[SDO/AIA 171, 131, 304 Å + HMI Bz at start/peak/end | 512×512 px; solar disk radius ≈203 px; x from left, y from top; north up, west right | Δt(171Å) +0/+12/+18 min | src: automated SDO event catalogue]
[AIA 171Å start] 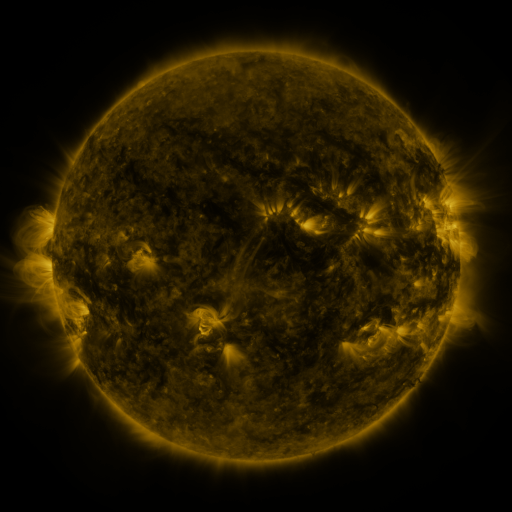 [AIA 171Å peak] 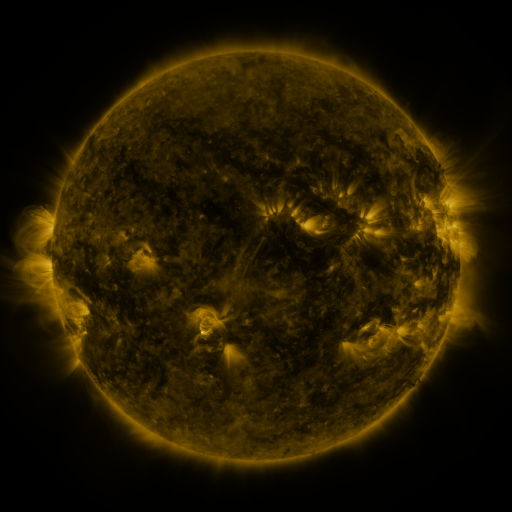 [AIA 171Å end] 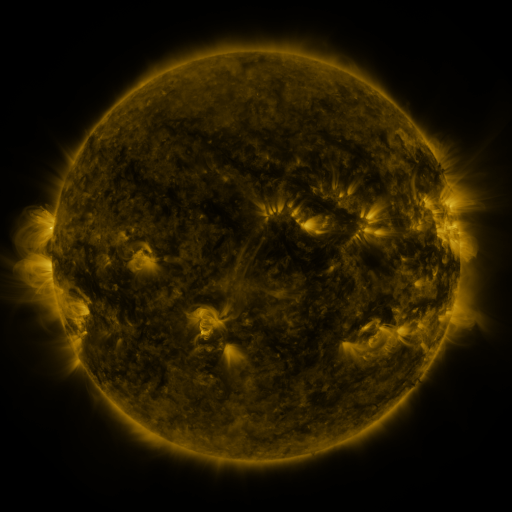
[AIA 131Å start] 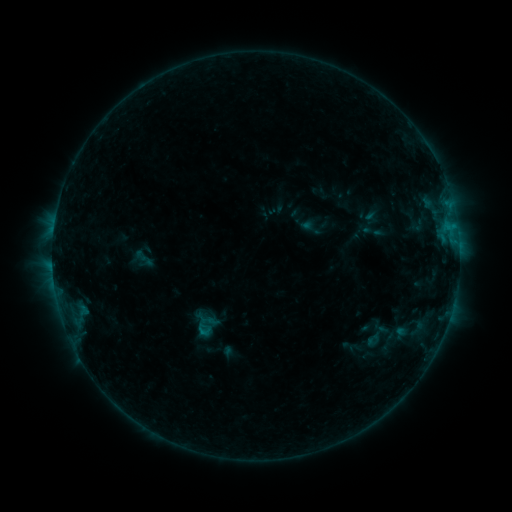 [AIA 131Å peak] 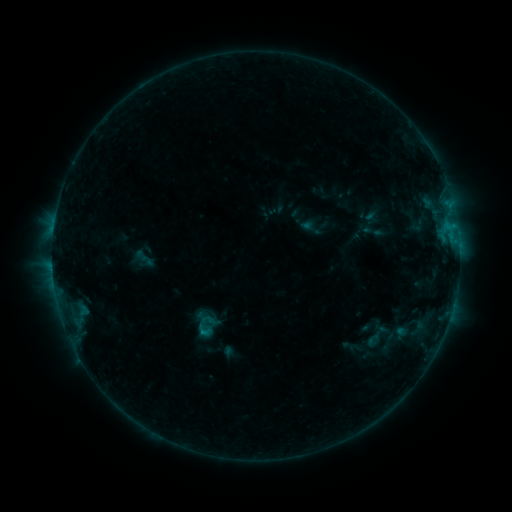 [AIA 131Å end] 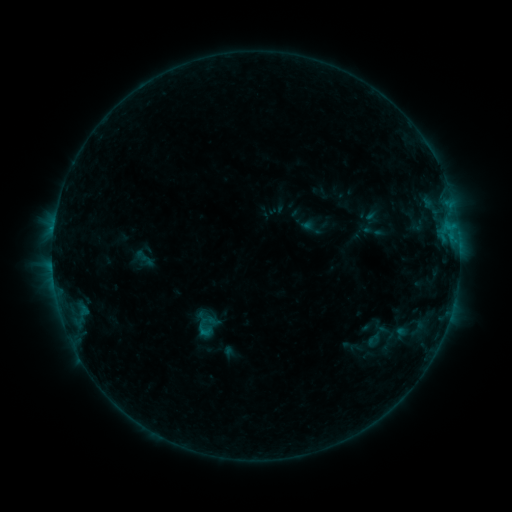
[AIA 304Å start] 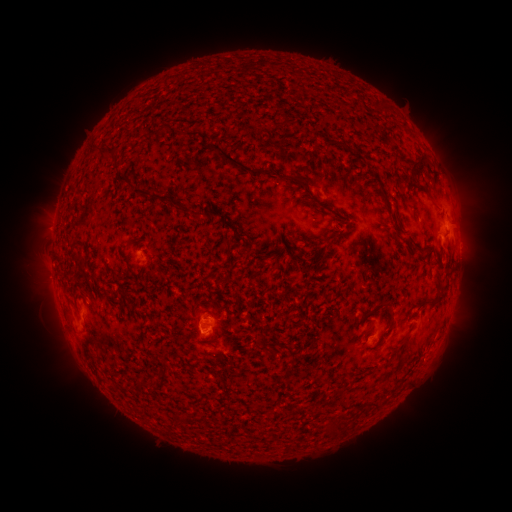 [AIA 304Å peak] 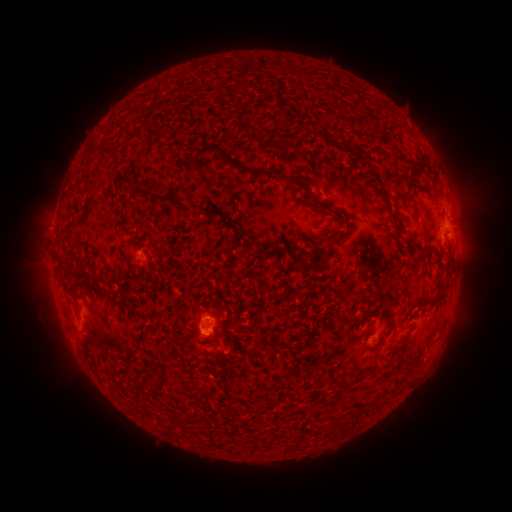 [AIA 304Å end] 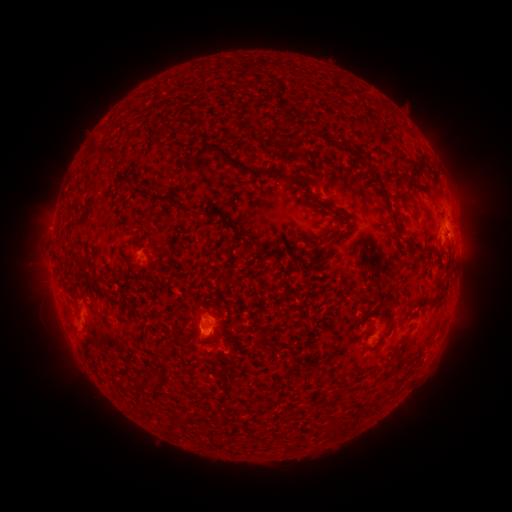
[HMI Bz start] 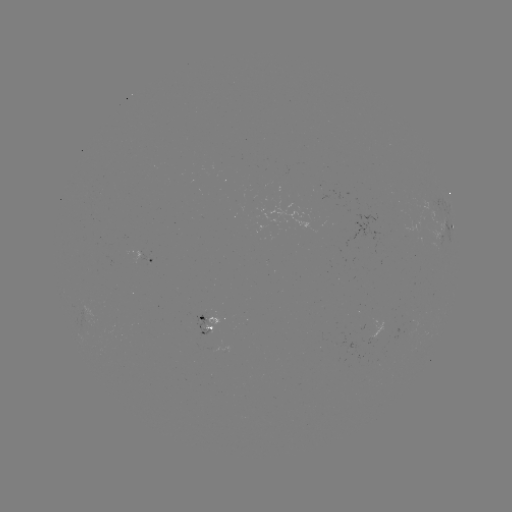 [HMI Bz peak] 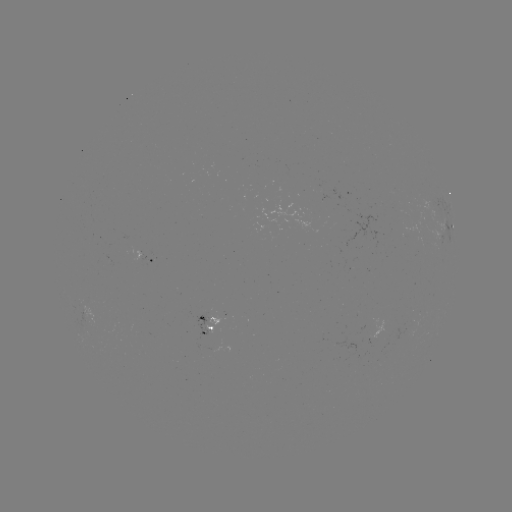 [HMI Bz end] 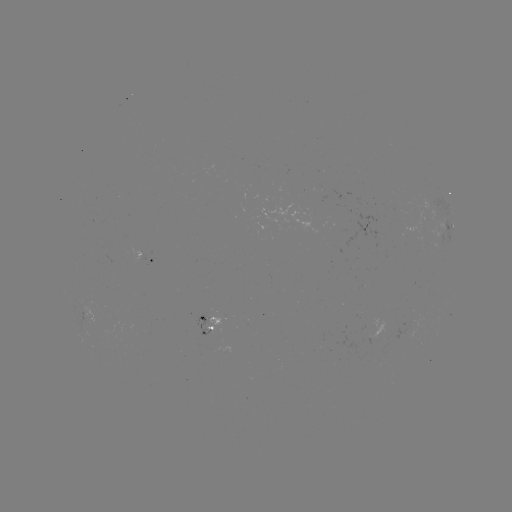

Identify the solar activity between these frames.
no flare in any classed list; no EUV-trigger detection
